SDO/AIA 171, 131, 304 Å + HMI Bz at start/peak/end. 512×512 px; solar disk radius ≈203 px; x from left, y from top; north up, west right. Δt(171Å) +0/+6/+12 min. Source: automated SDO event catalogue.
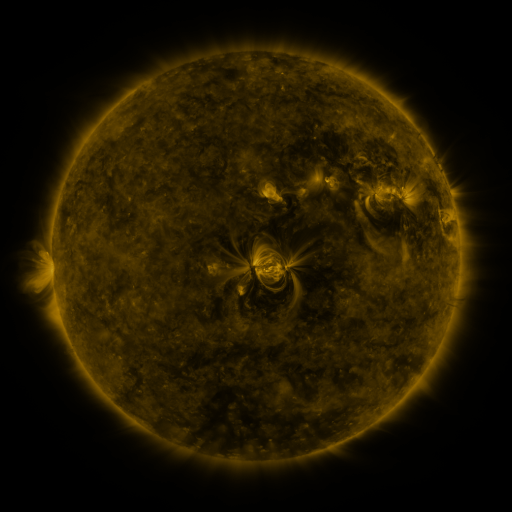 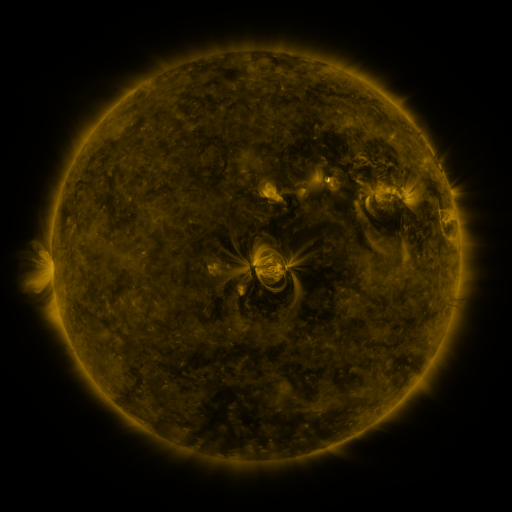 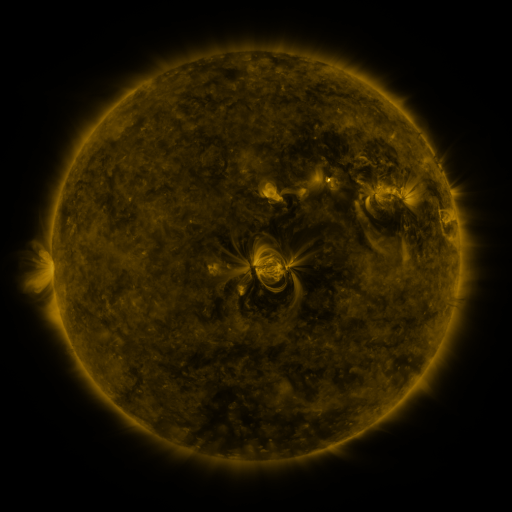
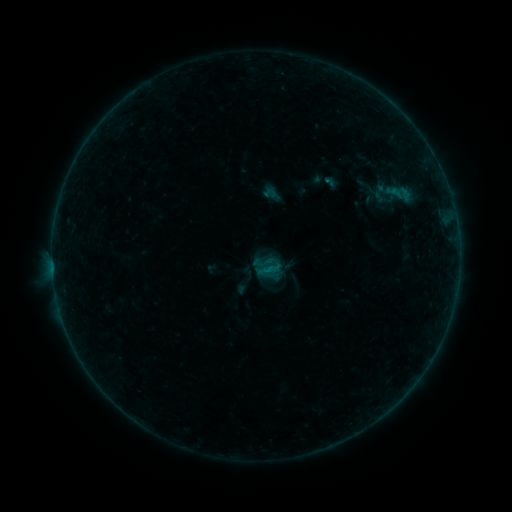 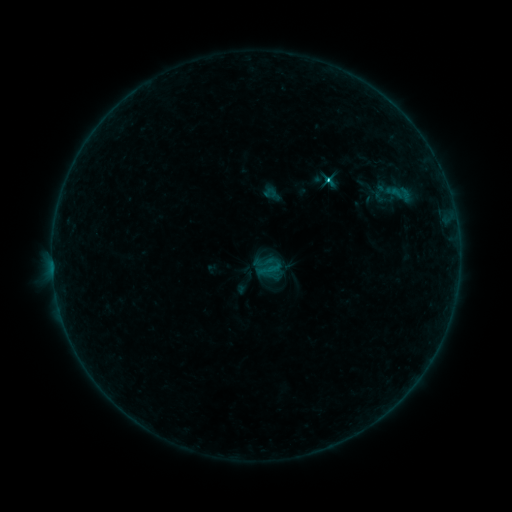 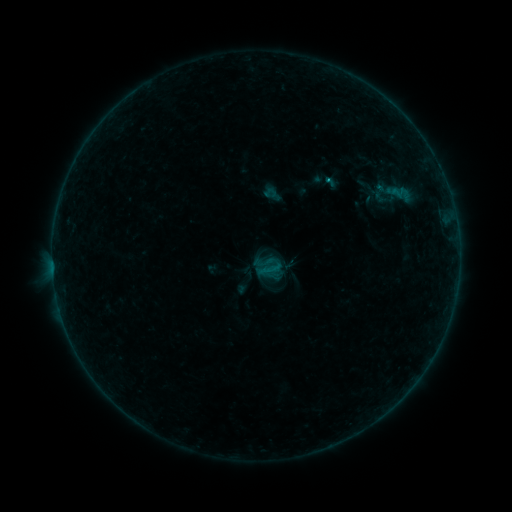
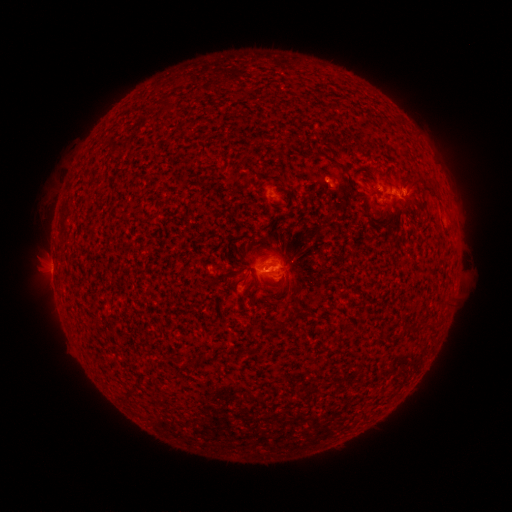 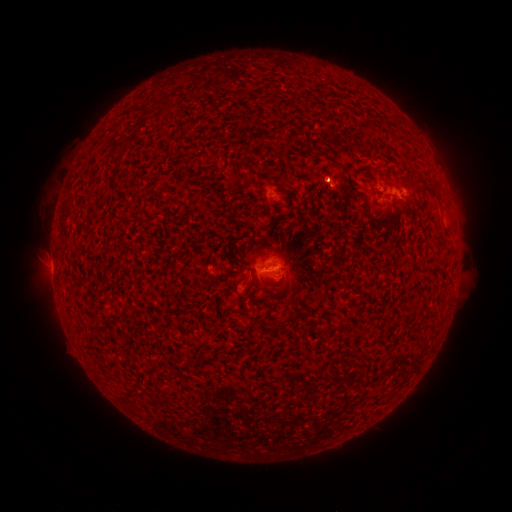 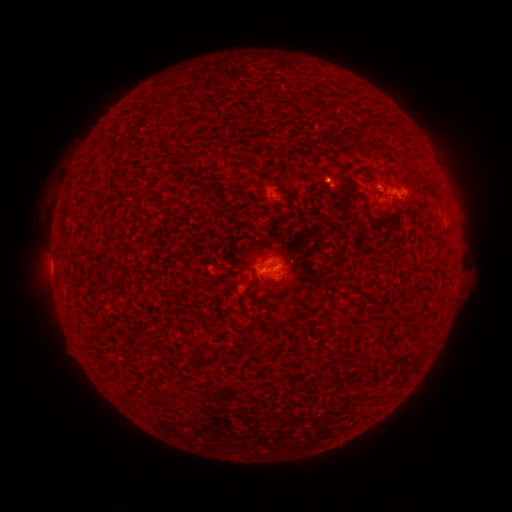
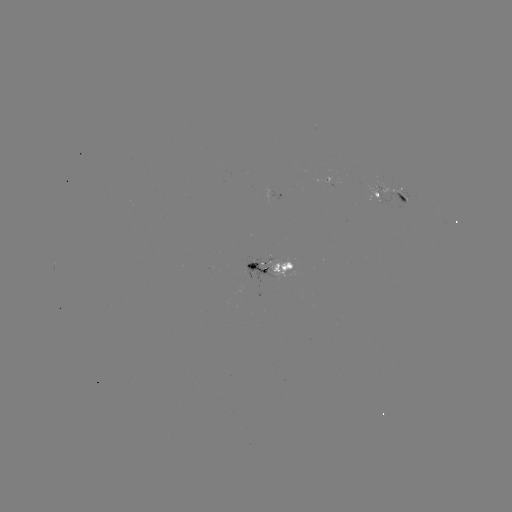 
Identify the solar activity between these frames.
B9.8 flare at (326, 182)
